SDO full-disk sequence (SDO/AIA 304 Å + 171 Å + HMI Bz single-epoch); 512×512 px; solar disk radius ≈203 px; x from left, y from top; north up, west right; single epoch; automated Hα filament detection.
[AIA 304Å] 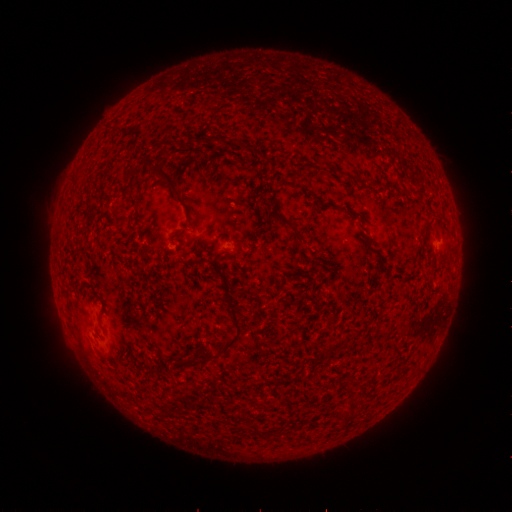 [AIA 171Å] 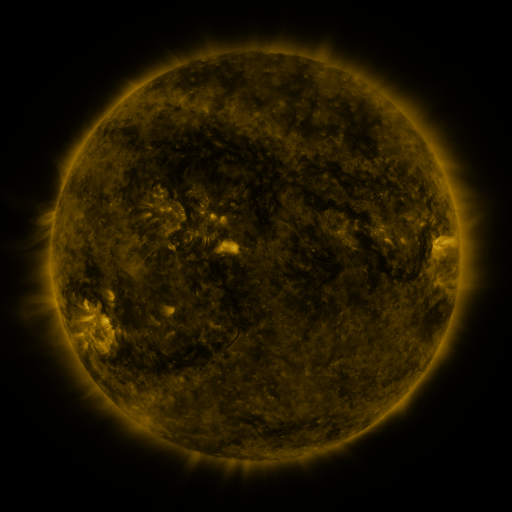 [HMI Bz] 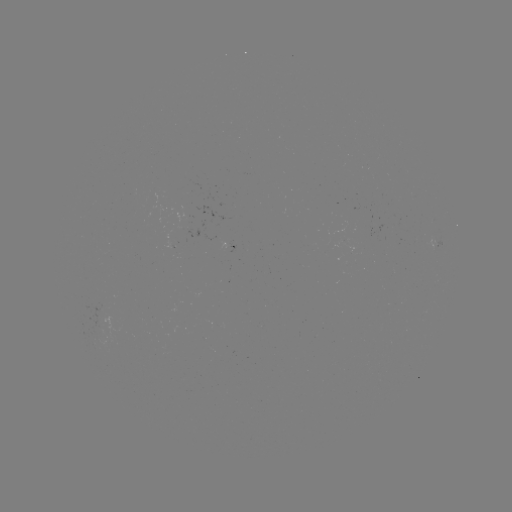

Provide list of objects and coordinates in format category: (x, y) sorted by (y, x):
filament: (169, 182)
filament: (279, 218)
filament: (240, 331)
filament: (212, 356)
filament: (347, 419)
filament: (258, 430)
